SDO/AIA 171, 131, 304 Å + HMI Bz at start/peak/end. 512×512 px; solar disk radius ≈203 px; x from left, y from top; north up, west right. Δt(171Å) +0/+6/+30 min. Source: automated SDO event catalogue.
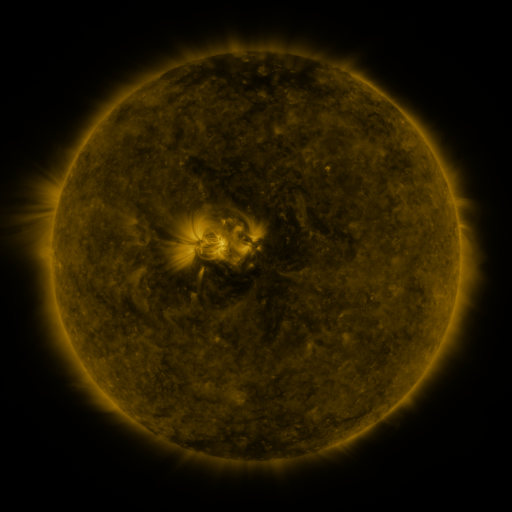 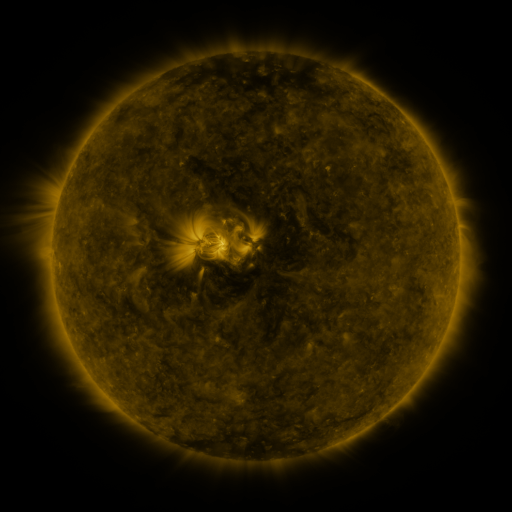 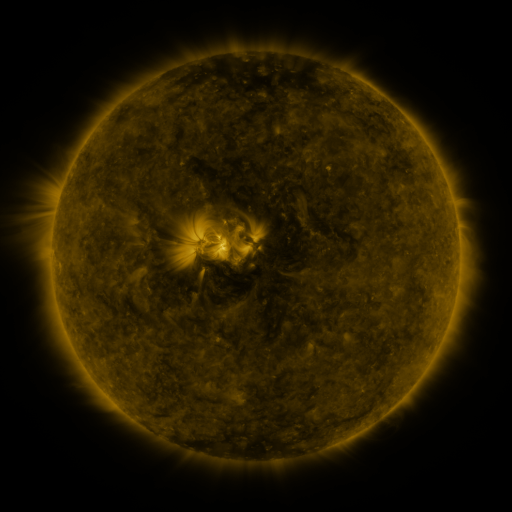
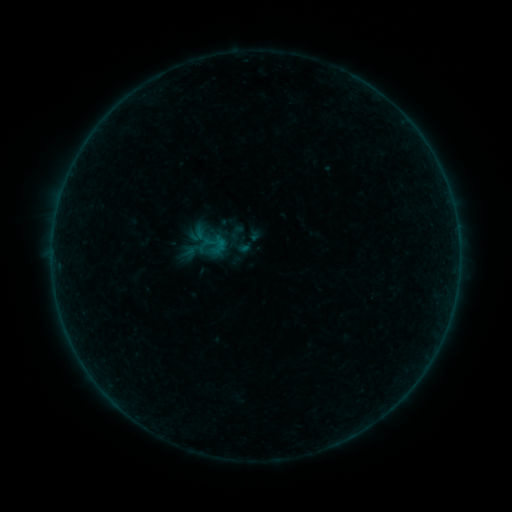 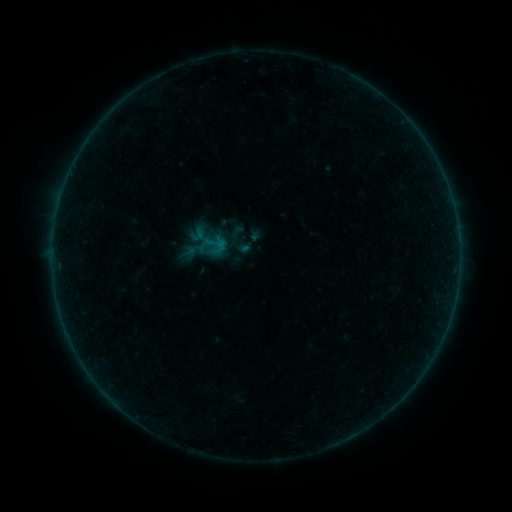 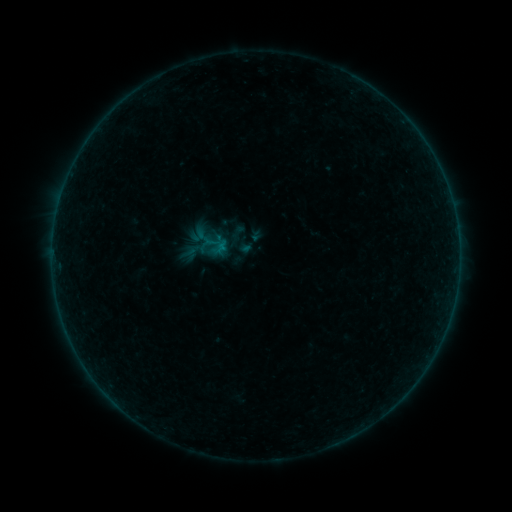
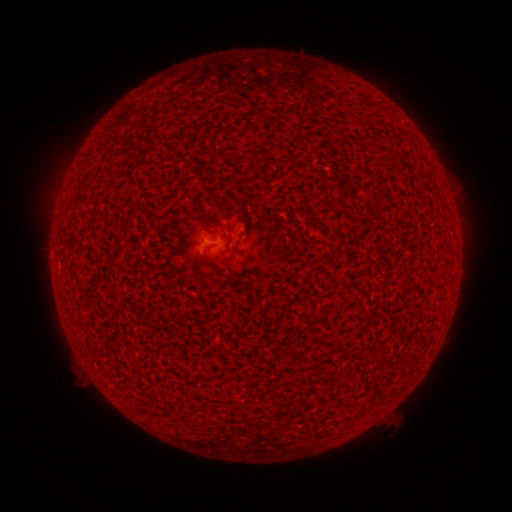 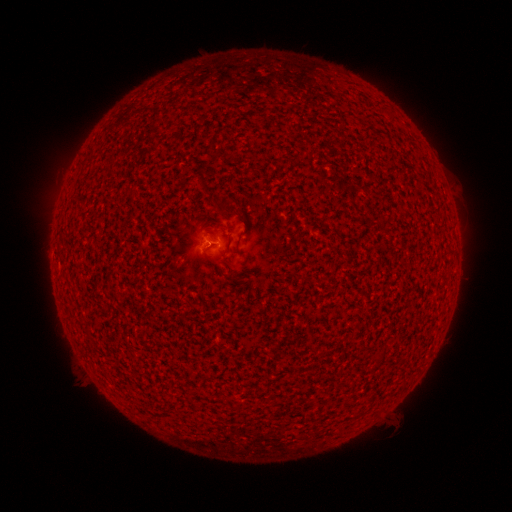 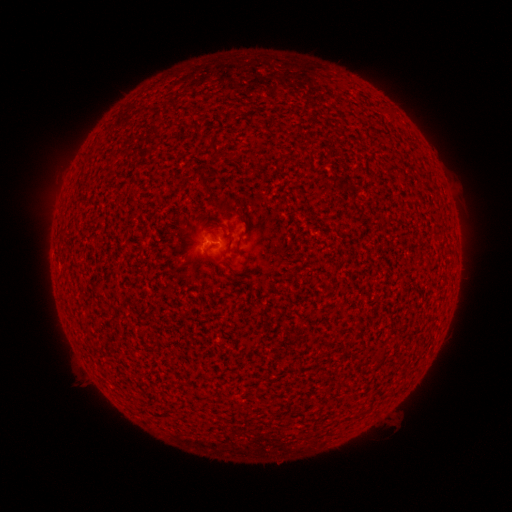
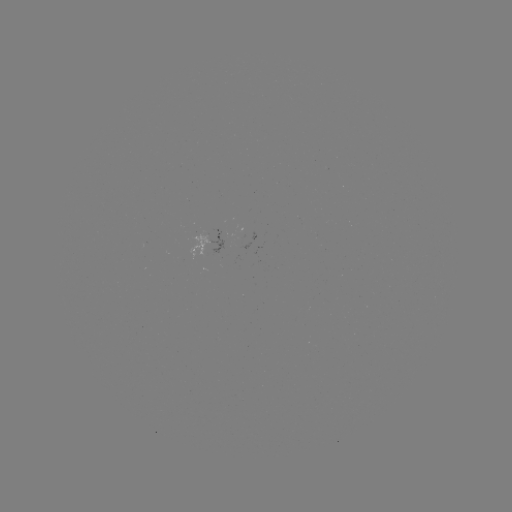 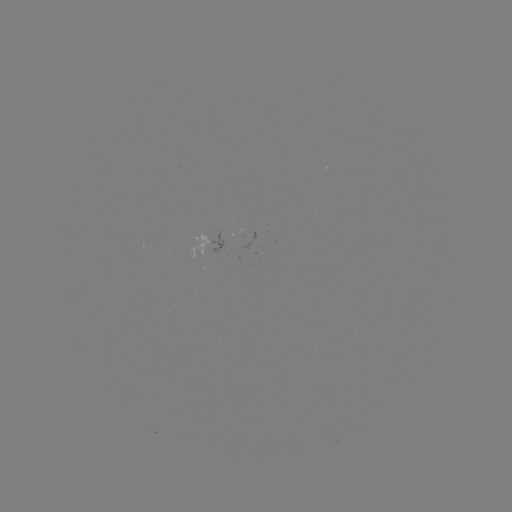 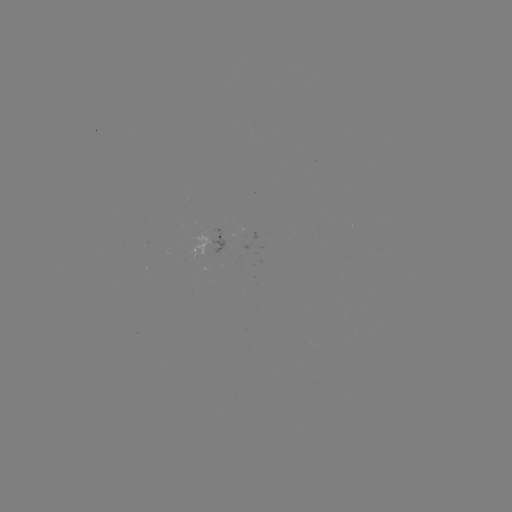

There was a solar flare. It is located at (213, 246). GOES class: B1.0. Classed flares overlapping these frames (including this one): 2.